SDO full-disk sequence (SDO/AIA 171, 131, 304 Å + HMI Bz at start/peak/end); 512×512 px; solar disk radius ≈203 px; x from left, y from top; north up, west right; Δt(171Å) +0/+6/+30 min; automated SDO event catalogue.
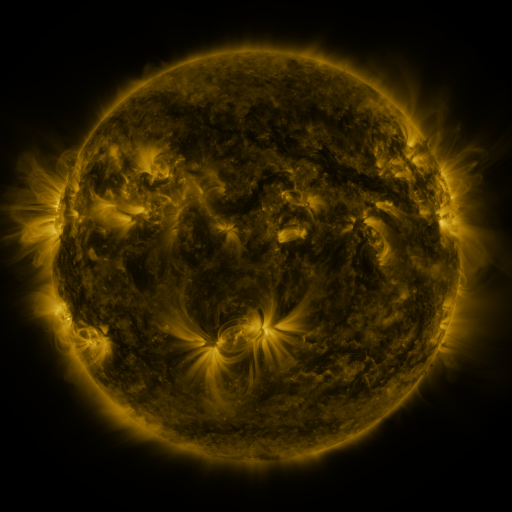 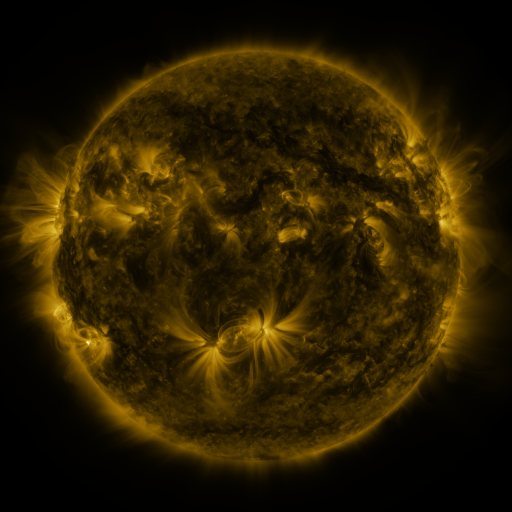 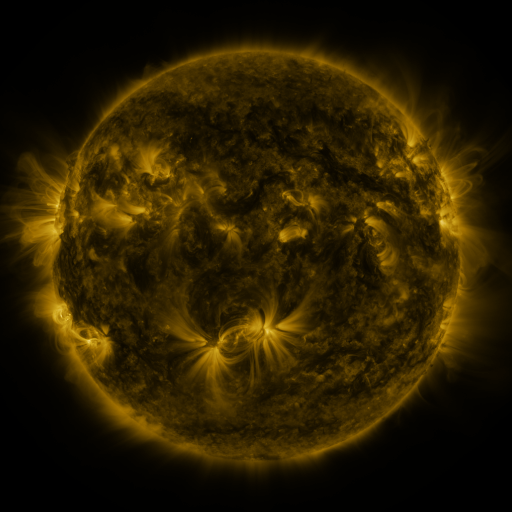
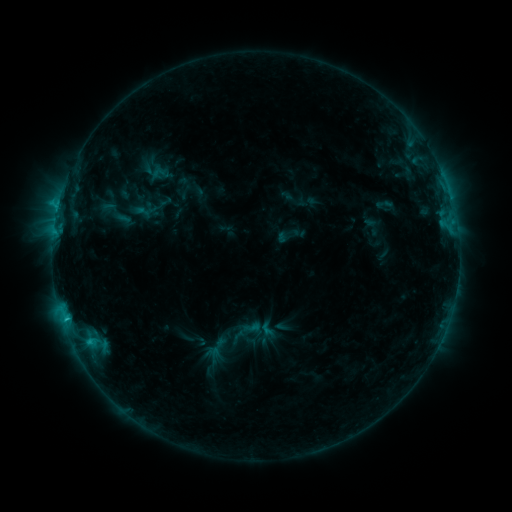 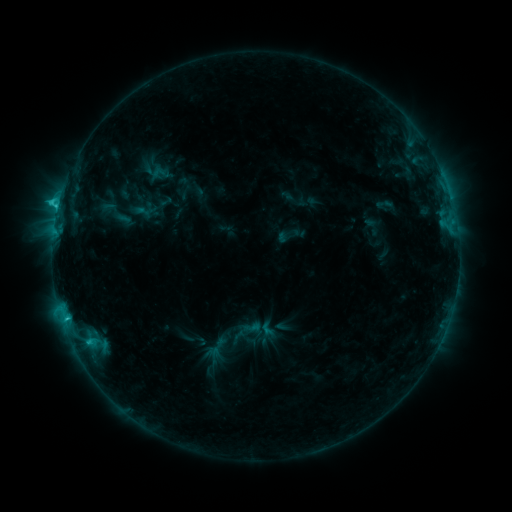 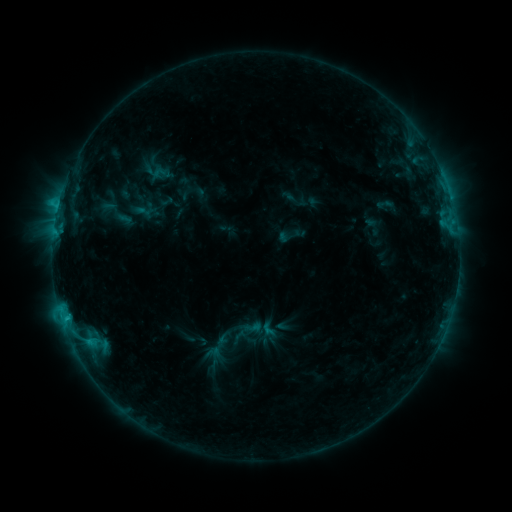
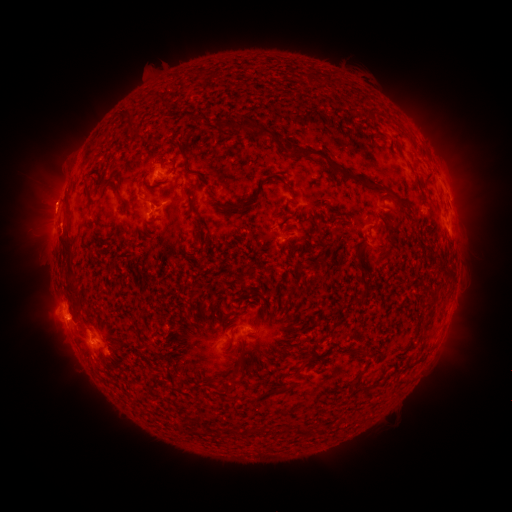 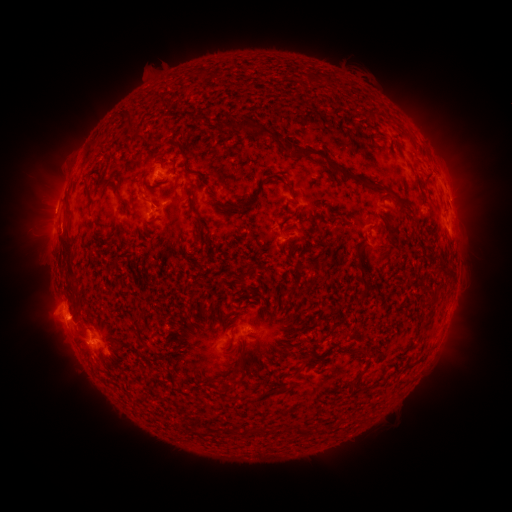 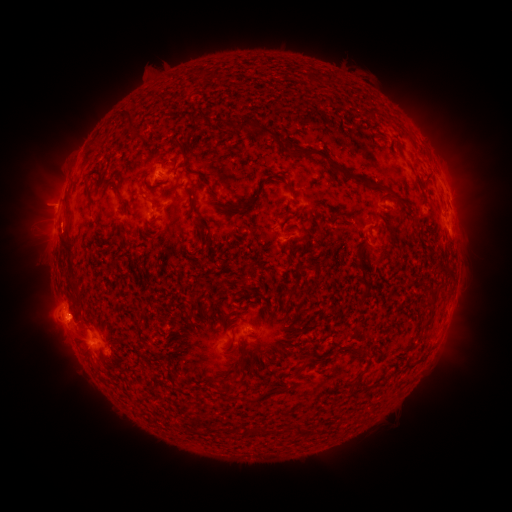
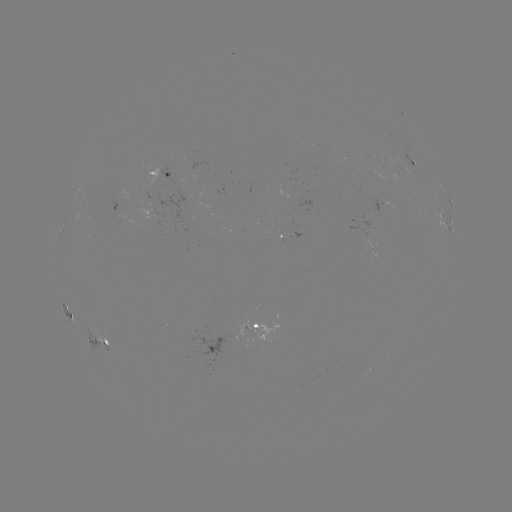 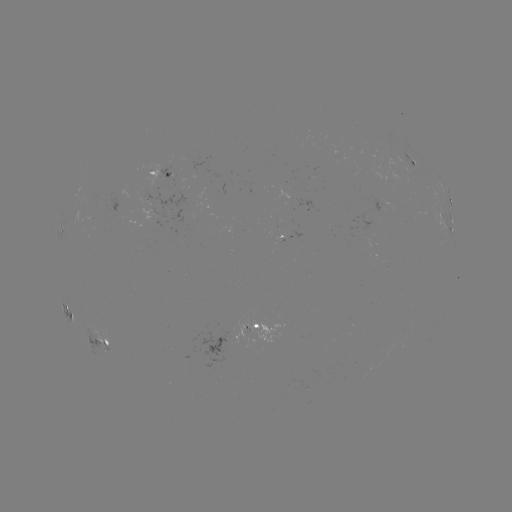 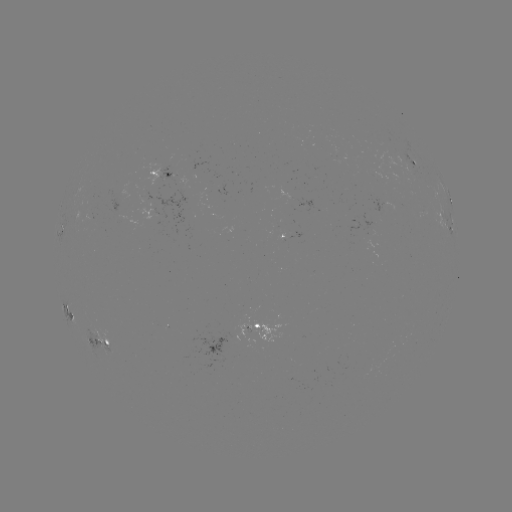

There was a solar flare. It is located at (58, 210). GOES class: C2.4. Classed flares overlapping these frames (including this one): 1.